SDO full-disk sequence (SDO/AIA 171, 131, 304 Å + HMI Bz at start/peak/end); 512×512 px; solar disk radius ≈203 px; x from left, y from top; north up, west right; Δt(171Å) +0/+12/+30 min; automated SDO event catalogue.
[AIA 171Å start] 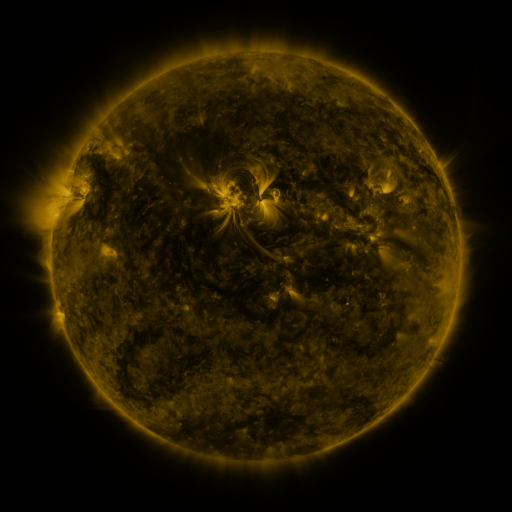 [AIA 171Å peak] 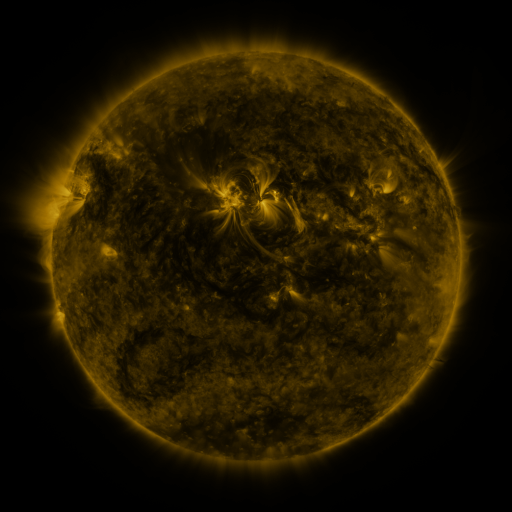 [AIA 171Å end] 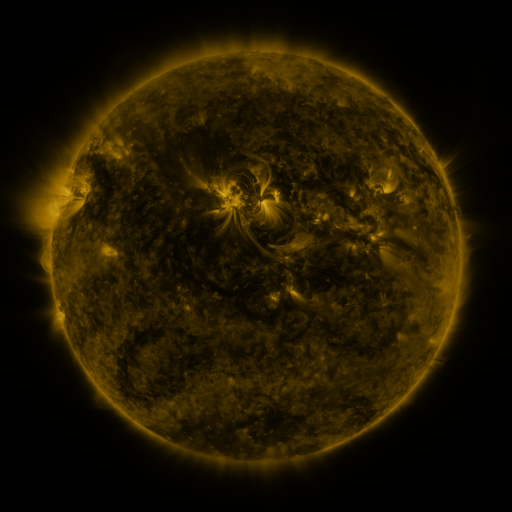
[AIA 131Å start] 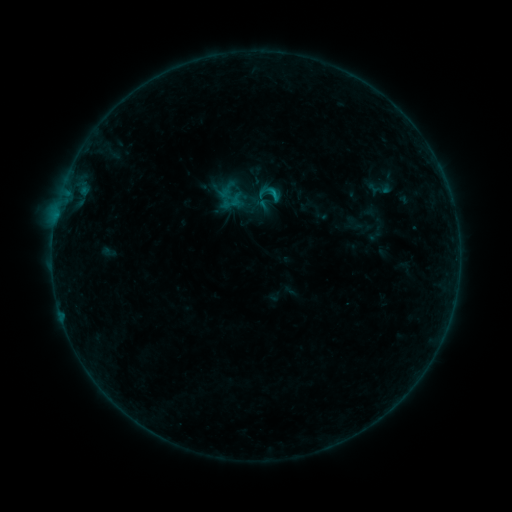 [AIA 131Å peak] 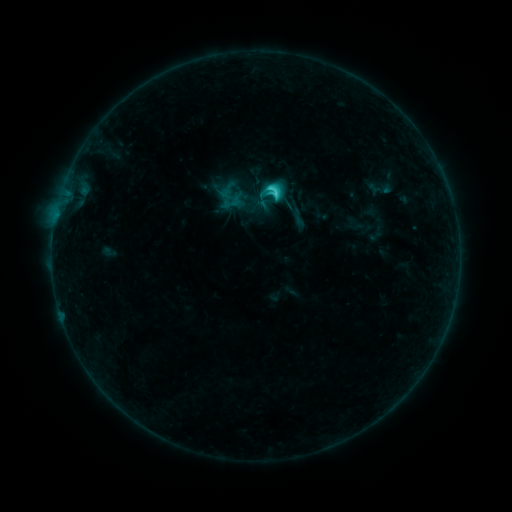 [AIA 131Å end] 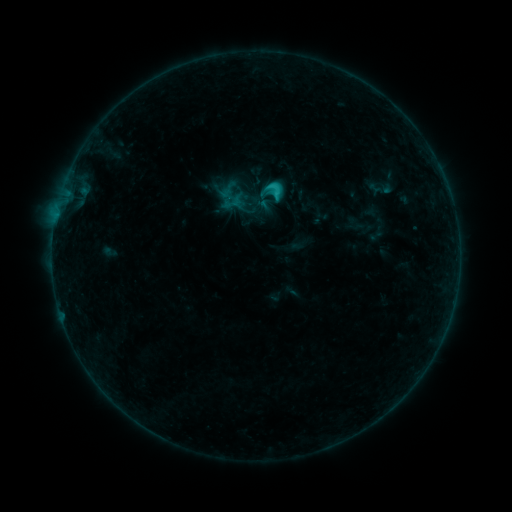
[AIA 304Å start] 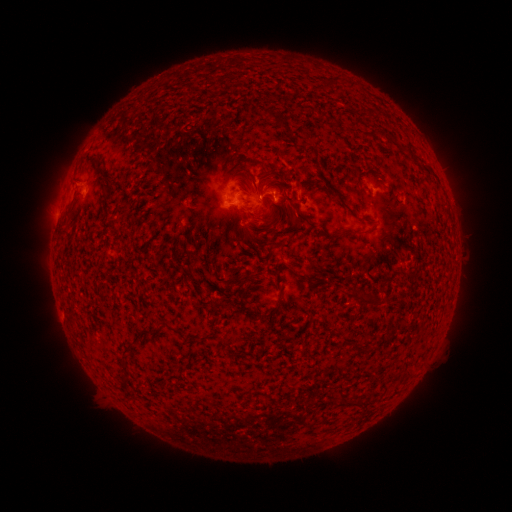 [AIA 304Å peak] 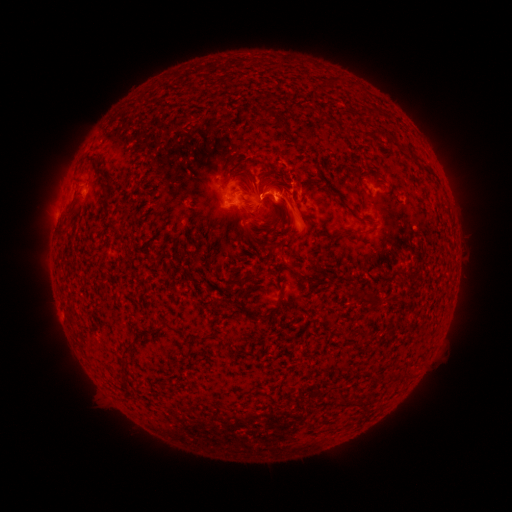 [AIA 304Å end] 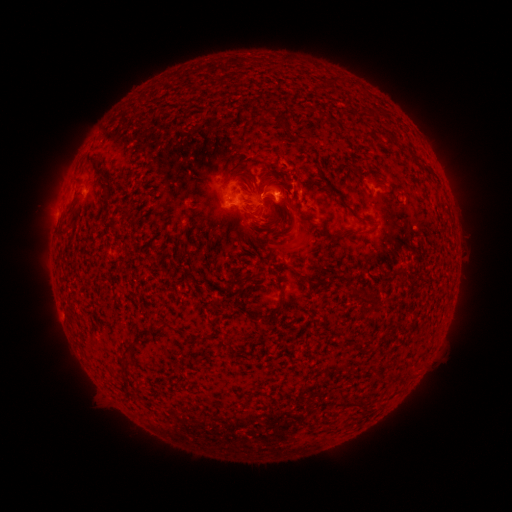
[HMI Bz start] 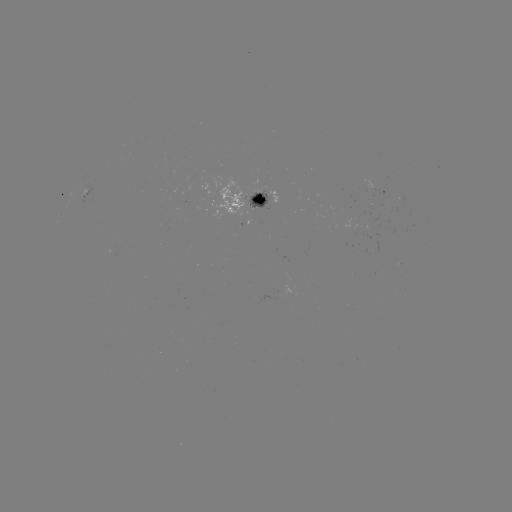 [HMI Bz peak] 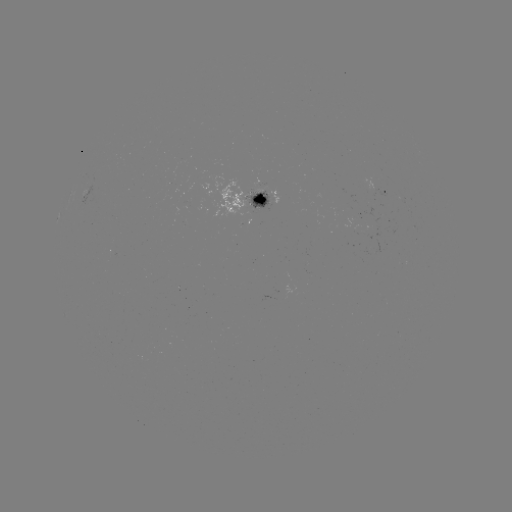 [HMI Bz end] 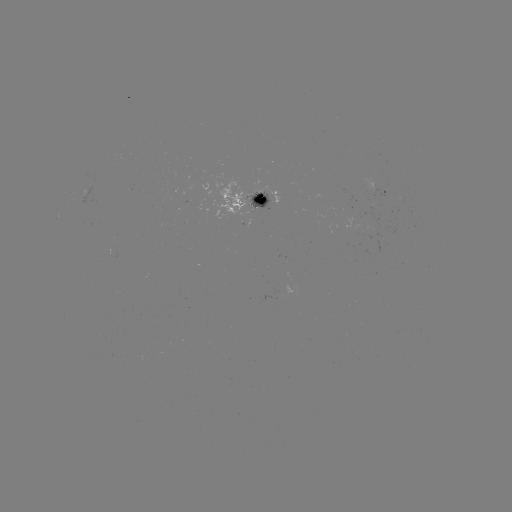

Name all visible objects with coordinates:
C2.9 flare: (273, 197)
